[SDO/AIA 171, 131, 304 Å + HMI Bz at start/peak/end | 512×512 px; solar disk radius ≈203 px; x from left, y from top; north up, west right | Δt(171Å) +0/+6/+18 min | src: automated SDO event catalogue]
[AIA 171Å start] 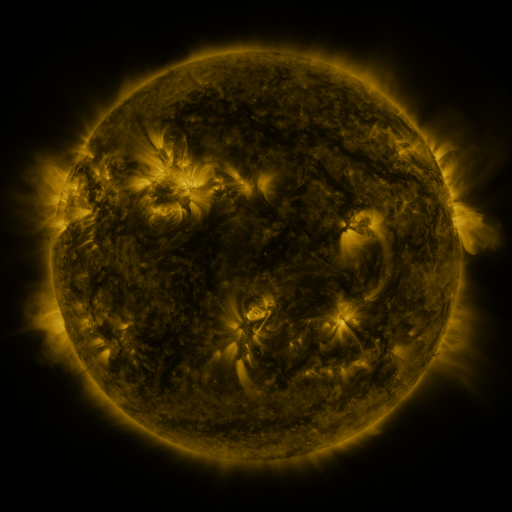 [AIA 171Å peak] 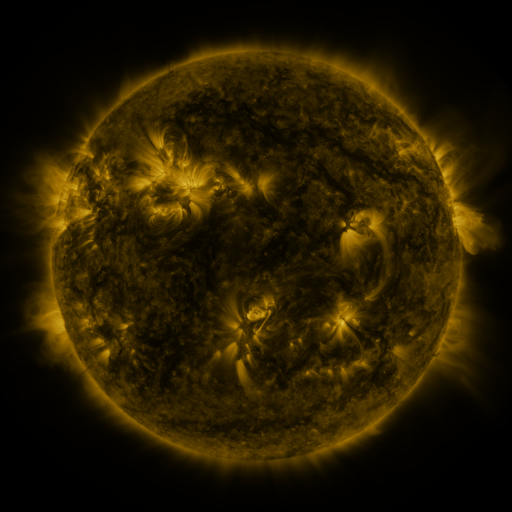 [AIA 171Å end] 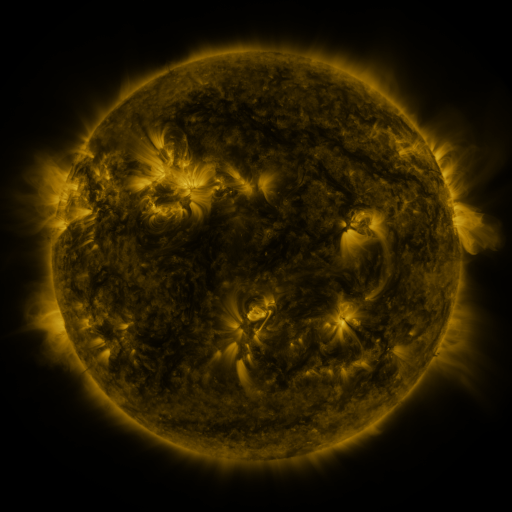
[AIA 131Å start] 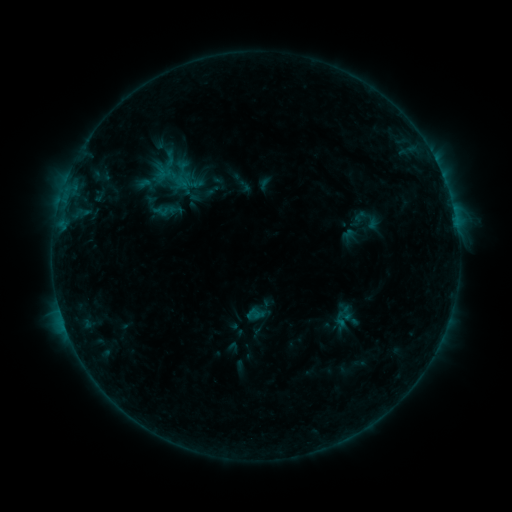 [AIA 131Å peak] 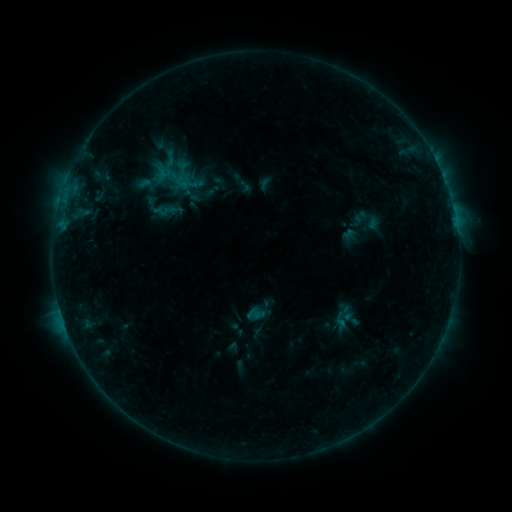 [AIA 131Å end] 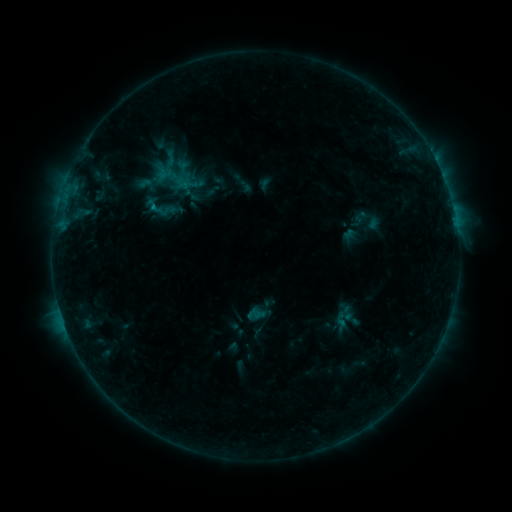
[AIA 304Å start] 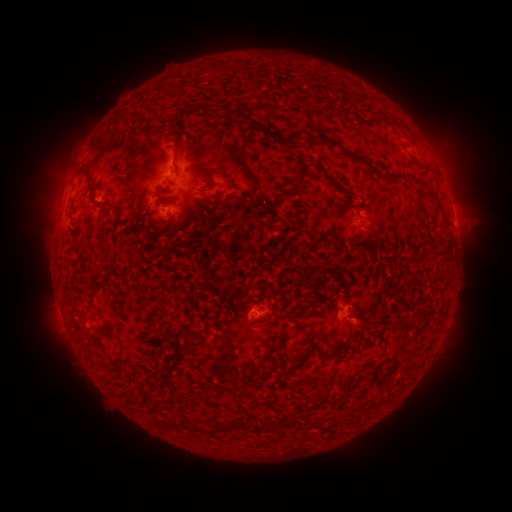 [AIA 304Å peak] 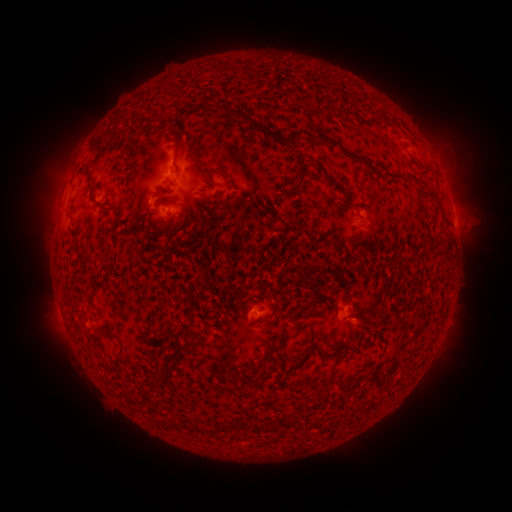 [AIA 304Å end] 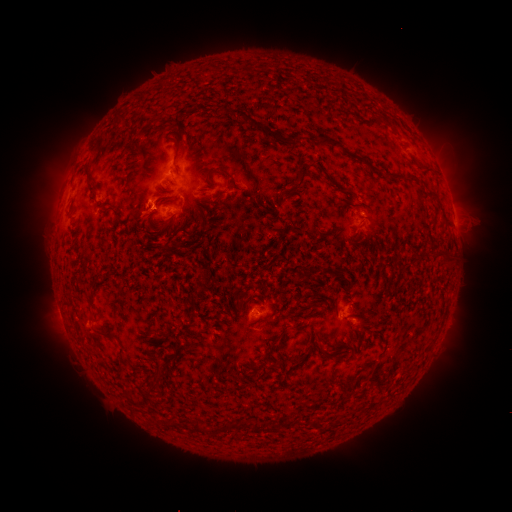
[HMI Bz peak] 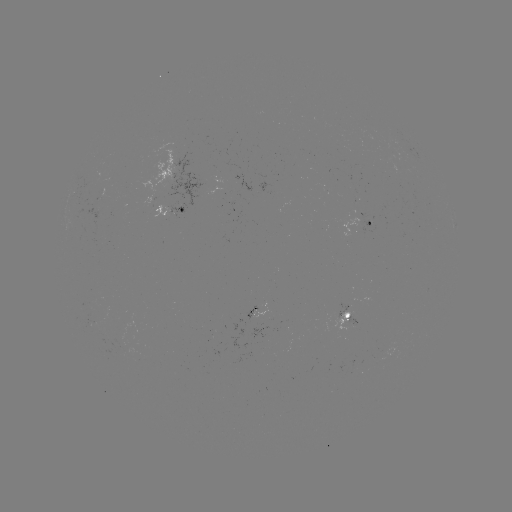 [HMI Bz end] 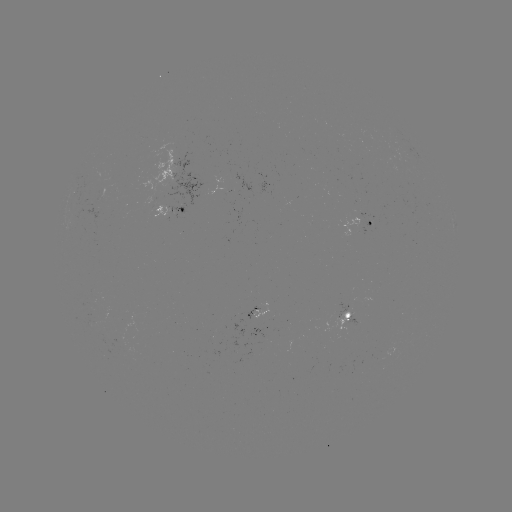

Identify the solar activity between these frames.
B5.0 flare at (186, 186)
